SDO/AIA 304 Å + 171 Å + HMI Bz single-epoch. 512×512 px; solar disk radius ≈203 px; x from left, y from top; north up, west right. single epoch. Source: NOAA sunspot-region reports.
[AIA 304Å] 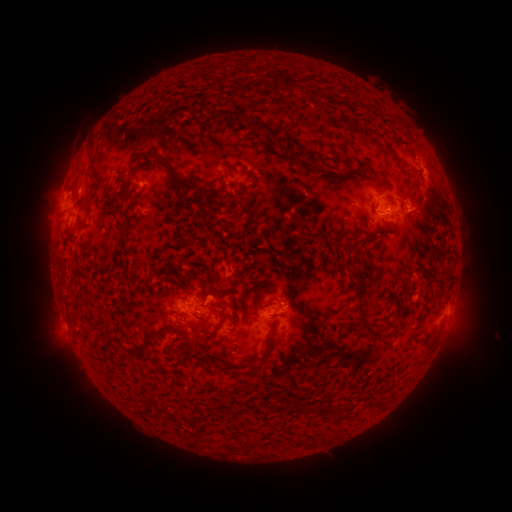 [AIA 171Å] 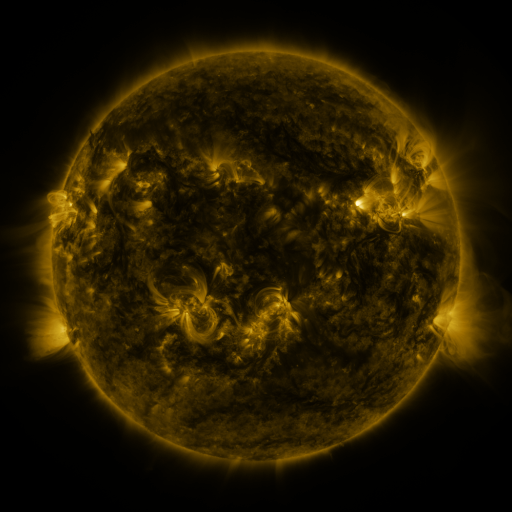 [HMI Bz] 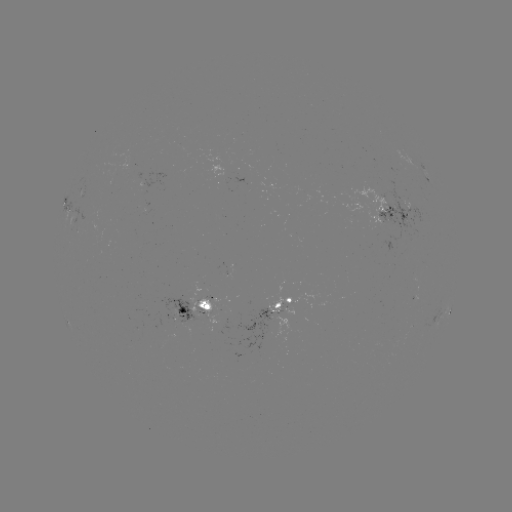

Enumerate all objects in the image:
spotted active region: (145, 179)
spotted active region: (438, 185)
spotted active region: (81, 194)
spotted active region: (64, 206)
spotted active region: (392, 210)
spotted active region: (306, 302)
spotted active region: (222, 309)
spotted active region: (448, 309)
